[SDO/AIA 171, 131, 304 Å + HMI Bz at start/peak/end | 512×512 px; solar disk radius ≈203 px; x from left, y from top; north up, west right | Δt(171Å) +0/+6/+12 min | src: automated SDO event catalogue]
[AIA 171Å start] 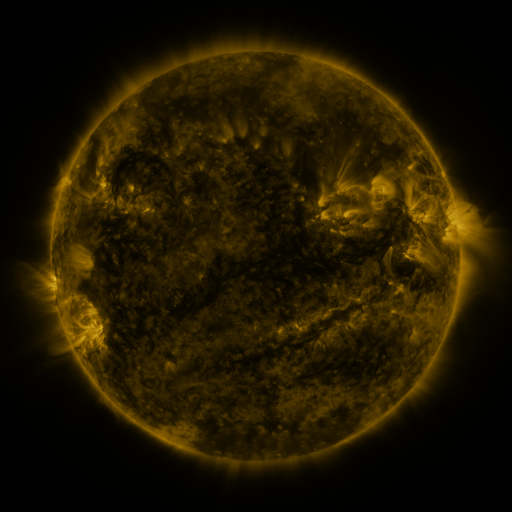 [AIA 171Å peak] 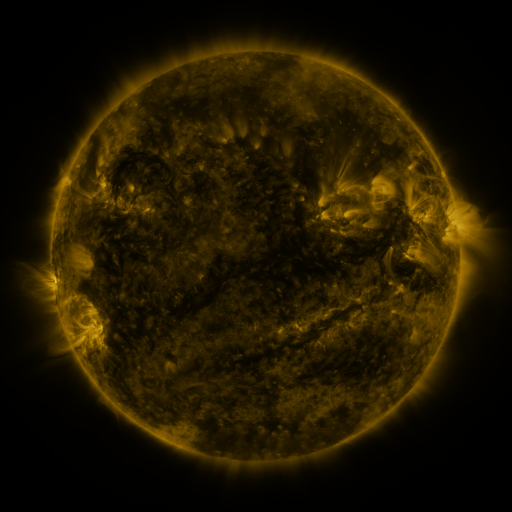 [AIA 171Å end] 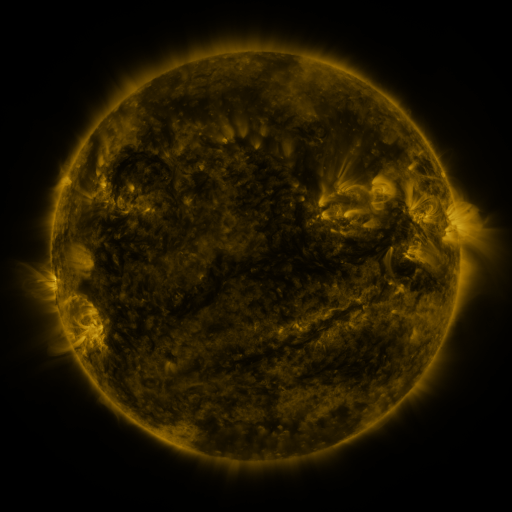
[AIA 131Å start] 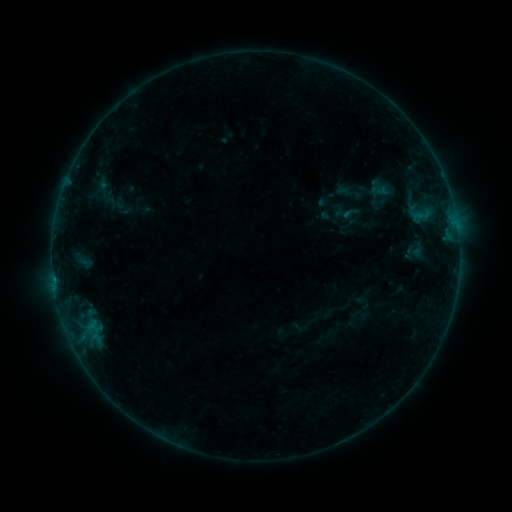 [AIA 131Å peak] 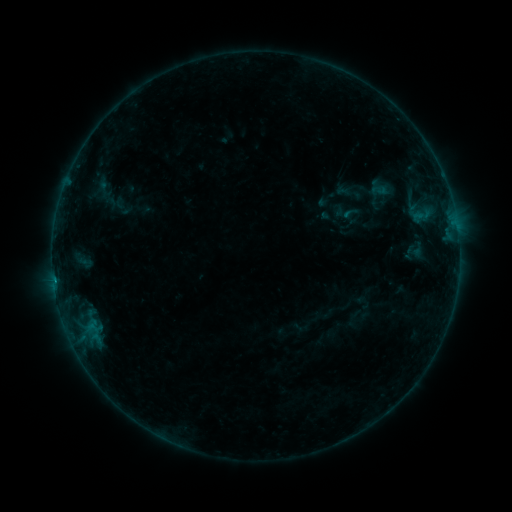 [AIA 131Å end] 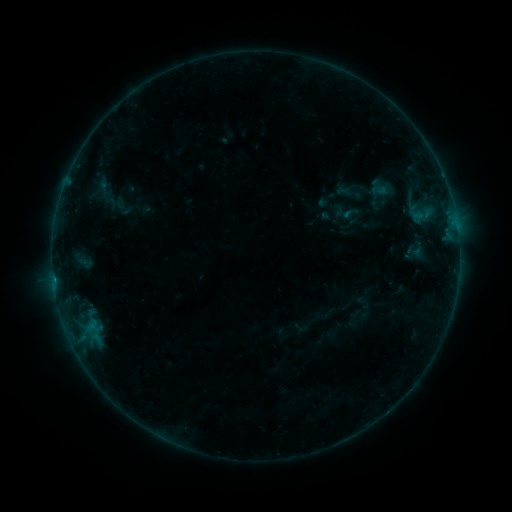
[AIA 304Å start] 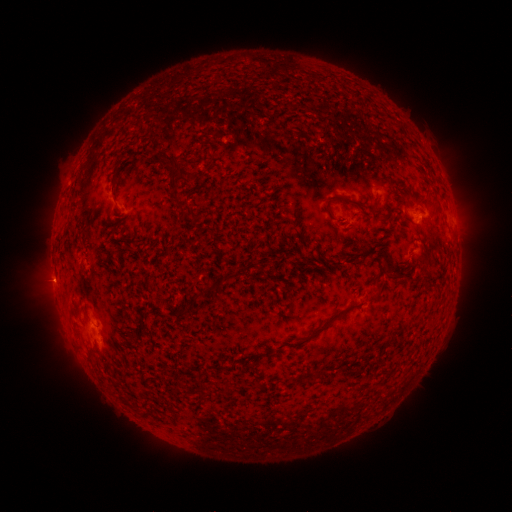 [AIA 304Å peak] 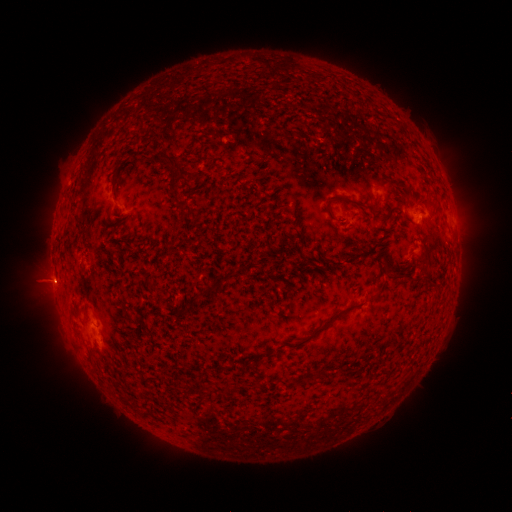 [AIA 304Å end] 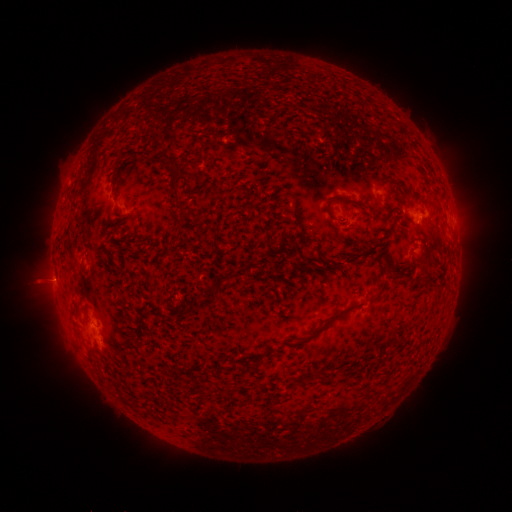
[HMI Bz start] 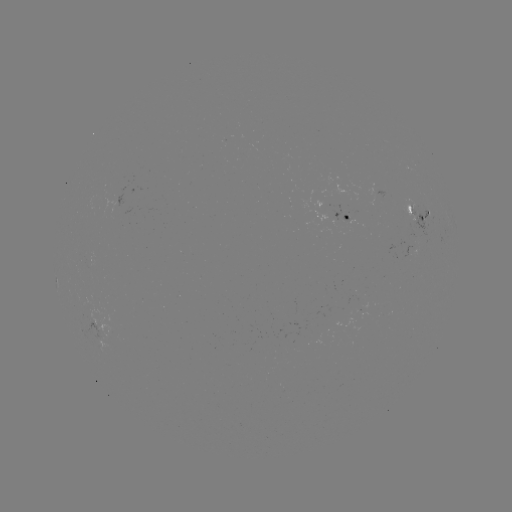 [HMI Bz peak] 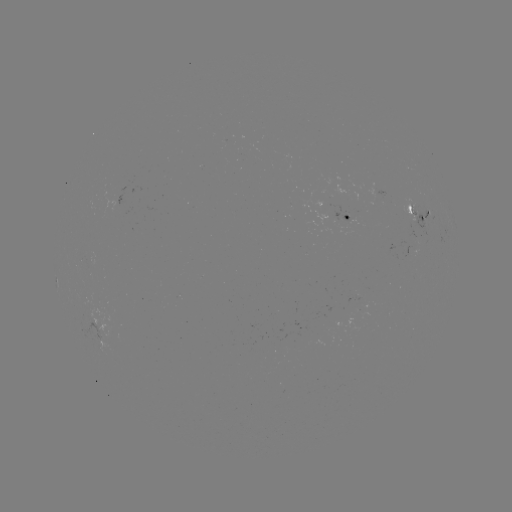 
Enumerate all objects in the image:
B4.0 flare: (54, 278)
